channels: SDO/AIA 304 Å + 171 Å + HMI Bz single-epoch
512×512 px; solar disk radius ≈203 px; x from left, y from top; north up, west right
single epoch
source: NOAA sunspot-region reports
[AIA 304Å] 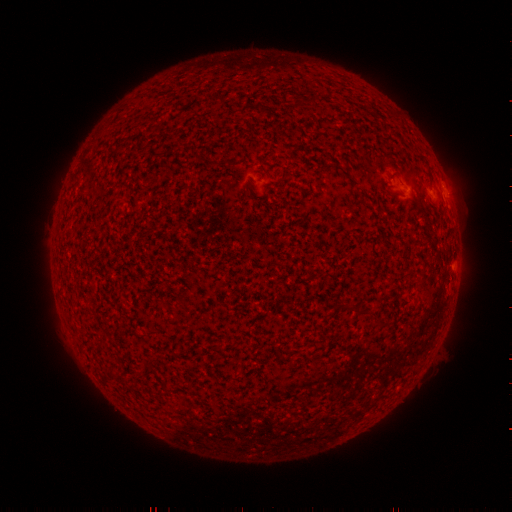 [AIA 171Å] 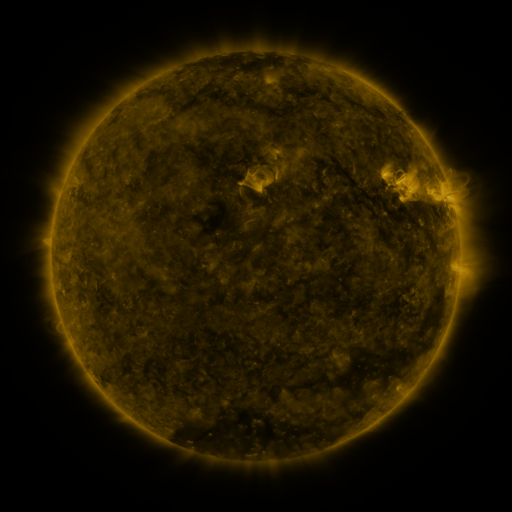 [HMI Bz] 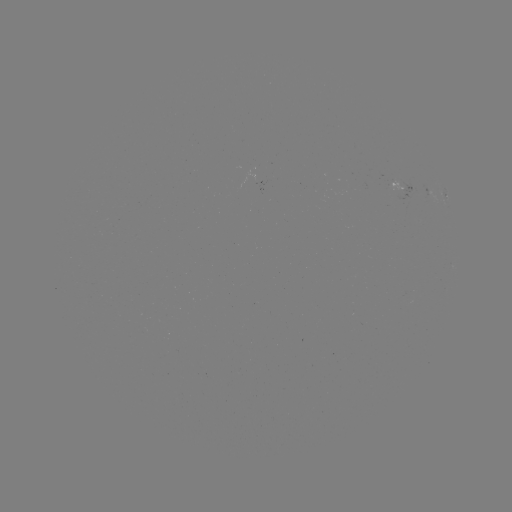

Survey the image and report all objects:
spotted active region: (406, 186)
spotted active region: (432, 194)
spotted active region: (447, 195)
